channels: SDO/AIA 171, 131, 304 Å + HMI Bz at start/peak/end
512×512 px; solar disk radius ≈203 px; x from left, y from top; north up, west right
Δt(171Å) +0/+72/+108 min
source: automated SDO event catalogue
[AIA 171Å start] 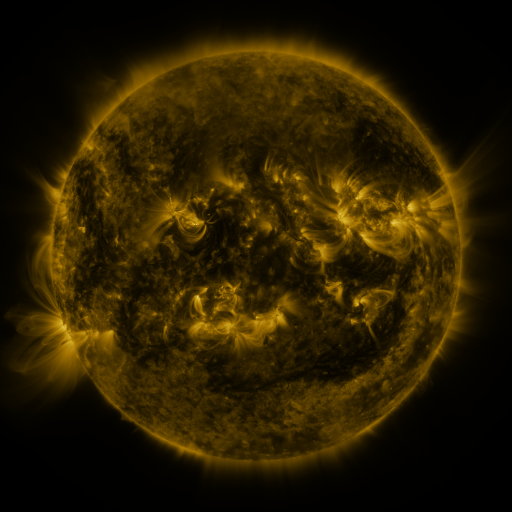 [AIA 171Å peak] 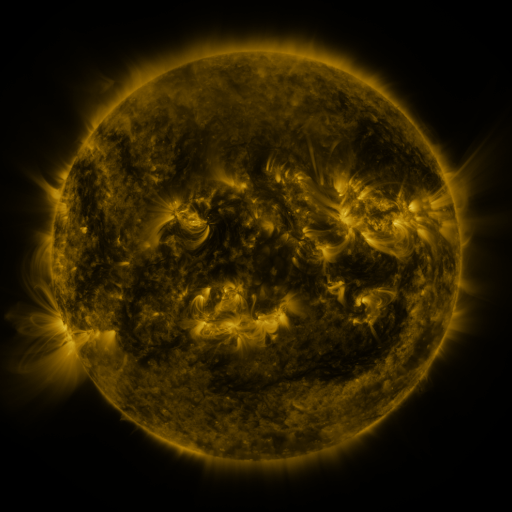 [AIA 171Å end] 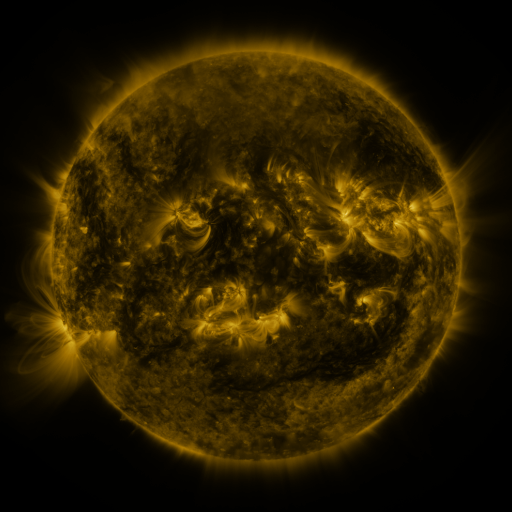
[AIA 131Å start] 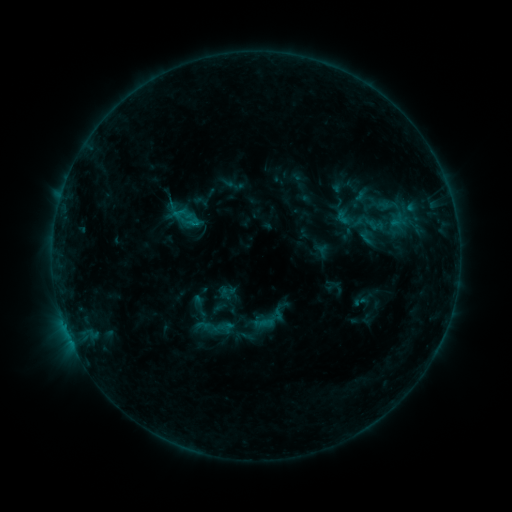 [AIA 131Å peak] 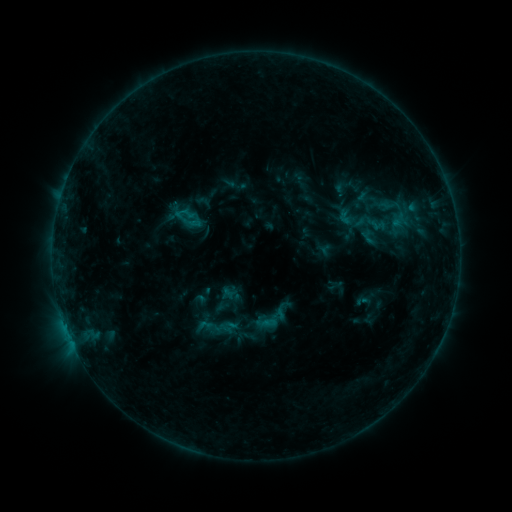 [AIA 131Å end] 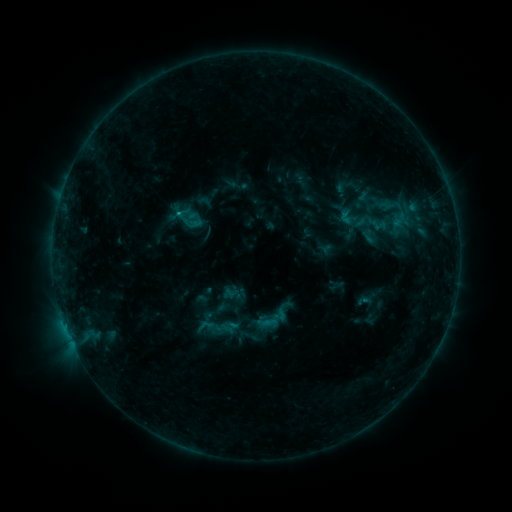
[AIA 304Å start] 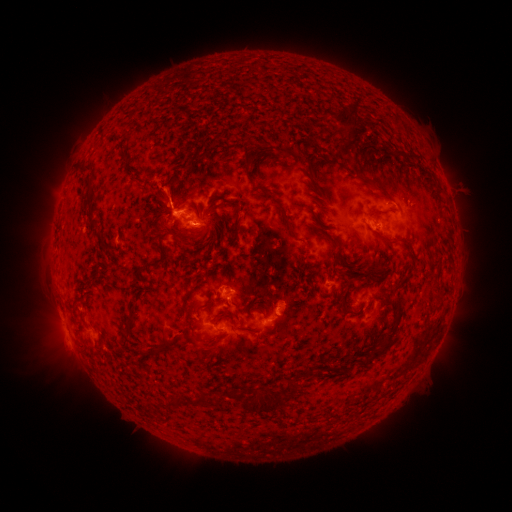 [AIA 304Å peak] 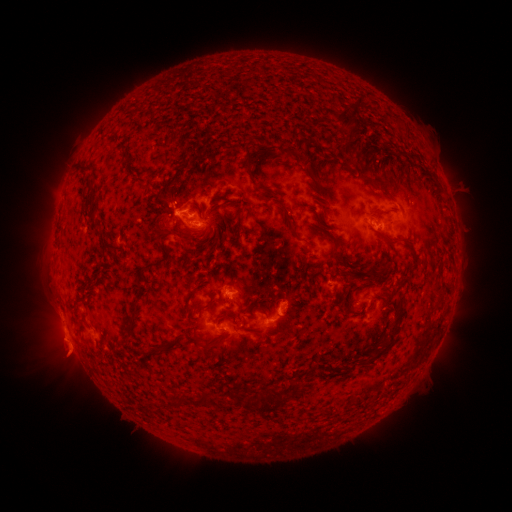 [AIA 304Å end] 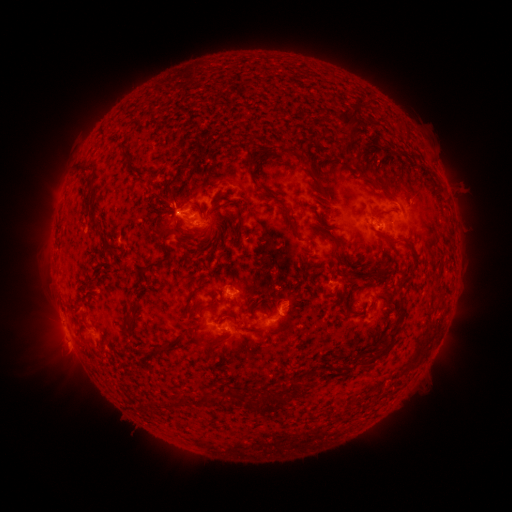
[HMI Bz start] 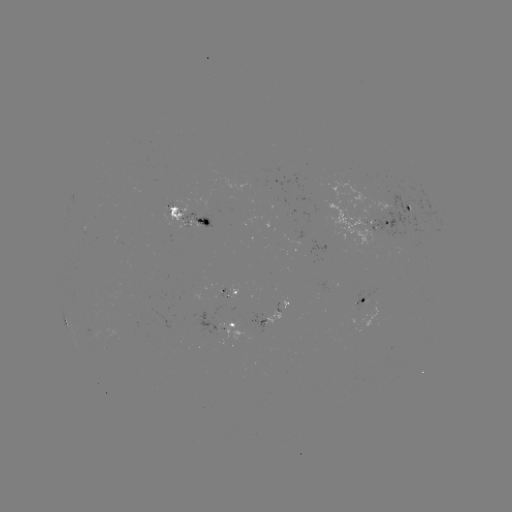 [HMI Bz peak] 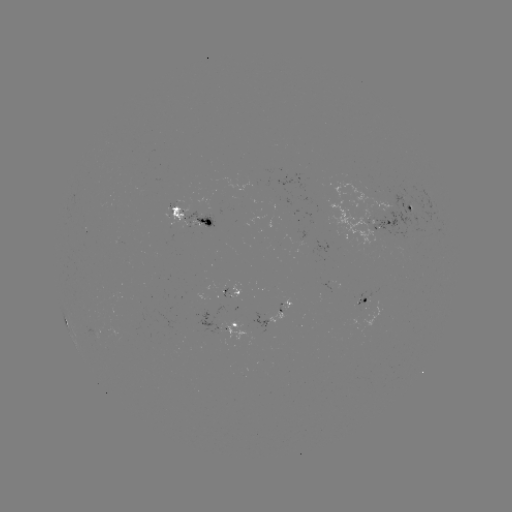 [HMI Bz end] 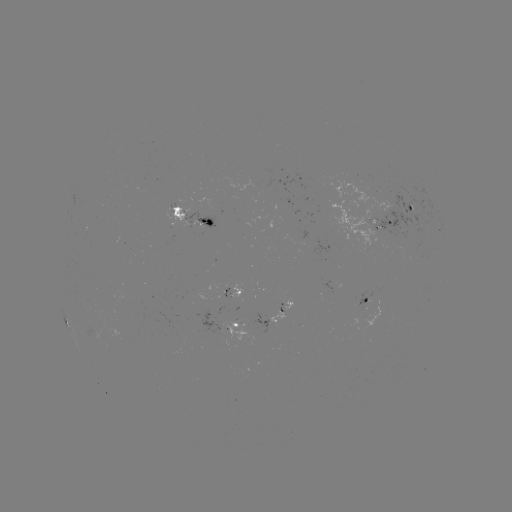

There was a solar emerging-flux region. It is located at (373, 308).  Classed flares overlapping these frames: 1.